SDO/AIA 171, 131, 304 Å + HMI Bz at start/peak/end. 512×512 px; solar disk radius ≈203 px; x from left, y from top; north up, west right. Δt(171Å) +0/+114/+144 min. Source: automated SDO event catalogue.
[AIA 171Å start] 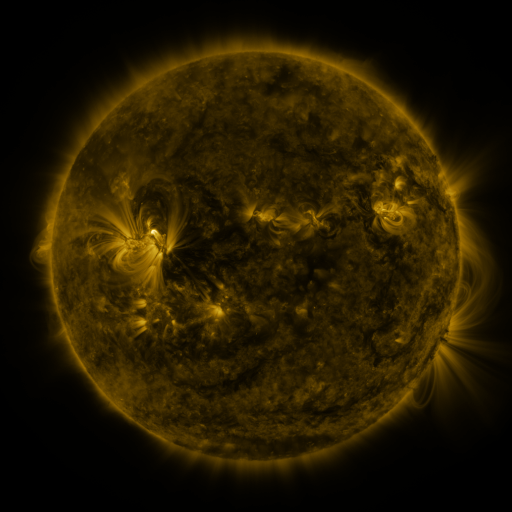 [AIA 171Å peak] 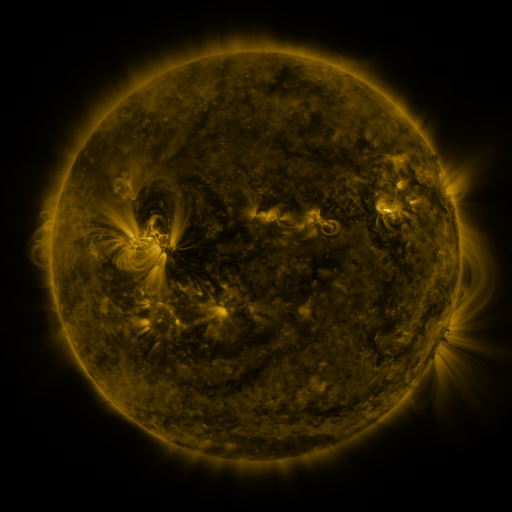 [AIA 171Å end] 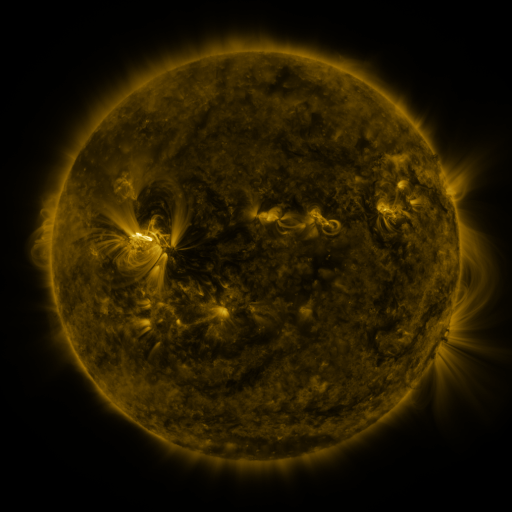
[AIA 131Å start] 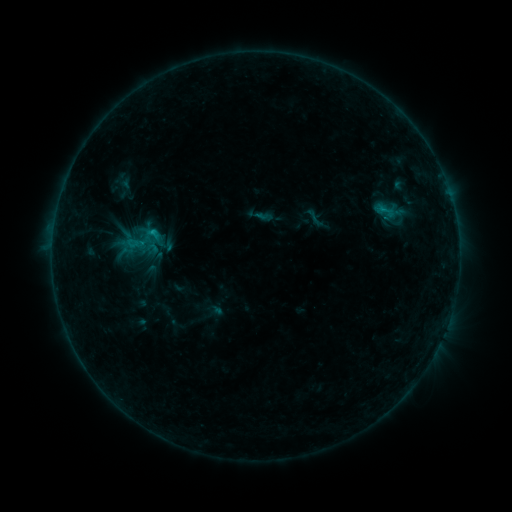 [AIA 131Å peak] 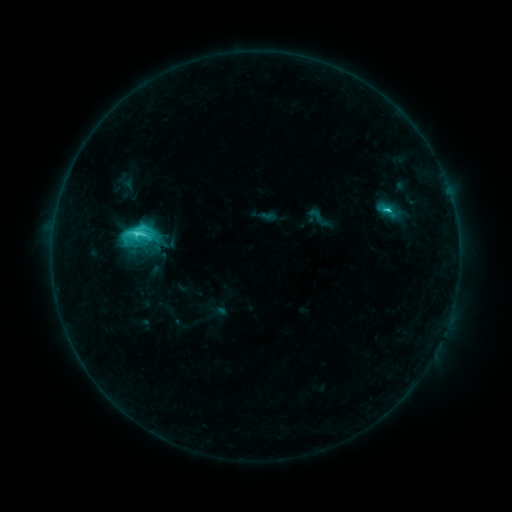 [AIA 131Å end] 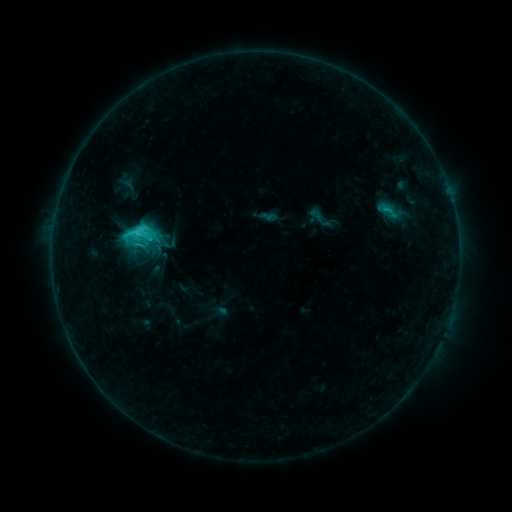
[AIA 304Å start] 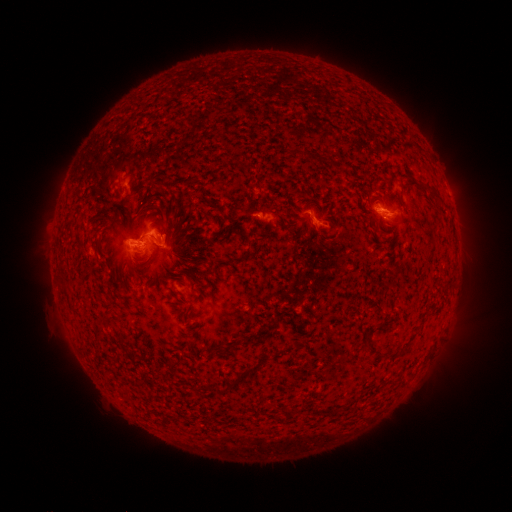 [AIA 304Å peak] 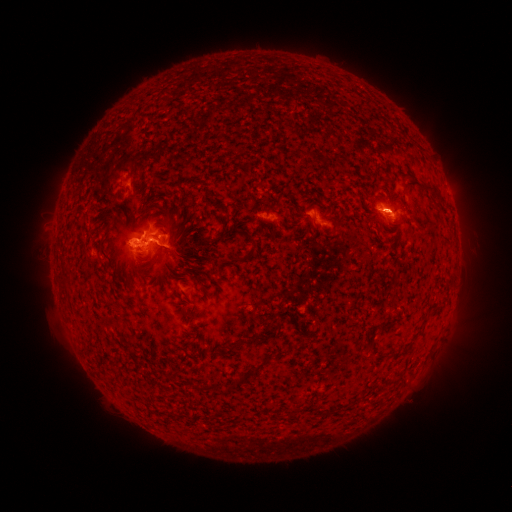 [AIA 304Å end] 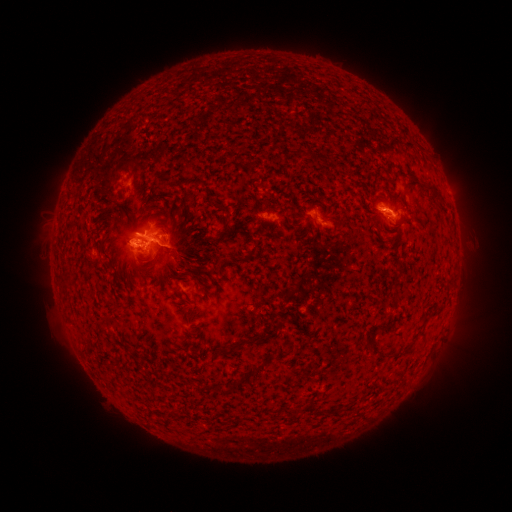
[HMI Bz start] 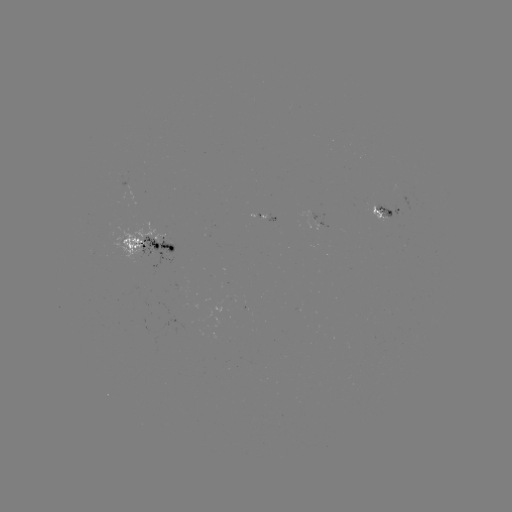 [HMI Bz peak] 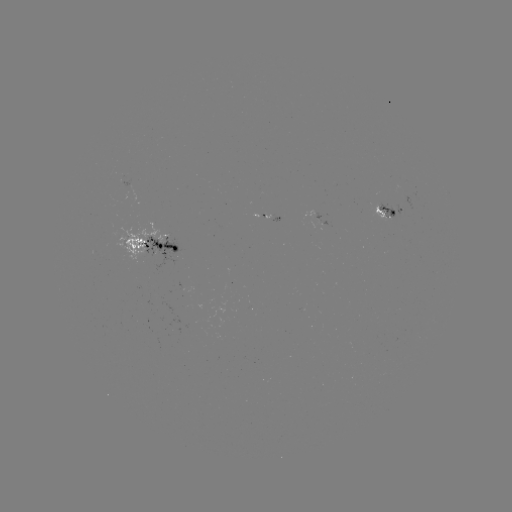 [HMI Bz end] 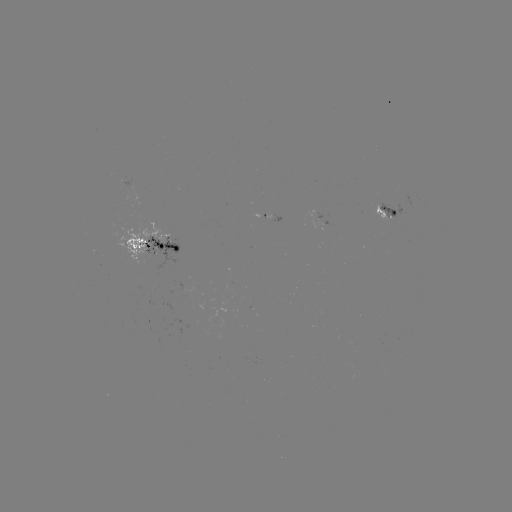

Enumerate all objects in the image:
C6.4 flare: (387, 210)
